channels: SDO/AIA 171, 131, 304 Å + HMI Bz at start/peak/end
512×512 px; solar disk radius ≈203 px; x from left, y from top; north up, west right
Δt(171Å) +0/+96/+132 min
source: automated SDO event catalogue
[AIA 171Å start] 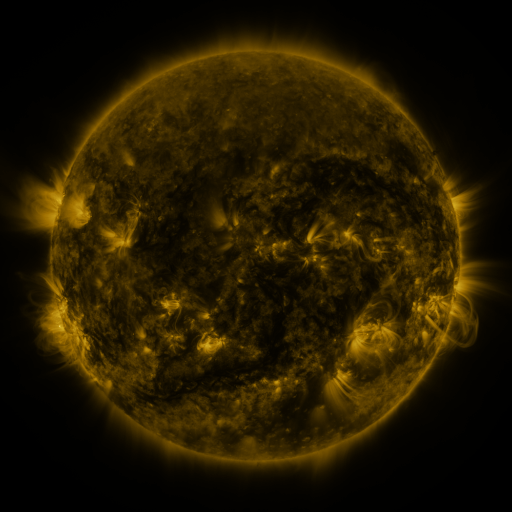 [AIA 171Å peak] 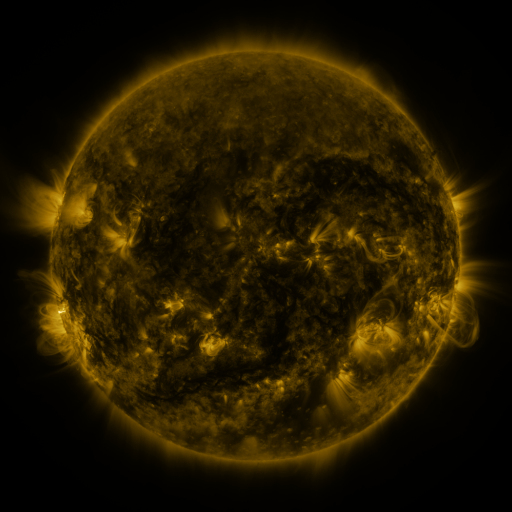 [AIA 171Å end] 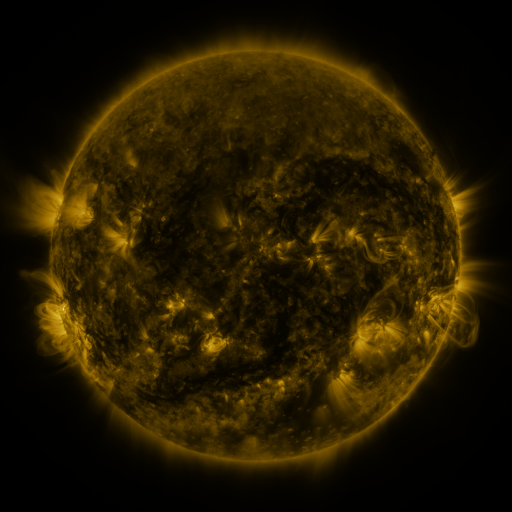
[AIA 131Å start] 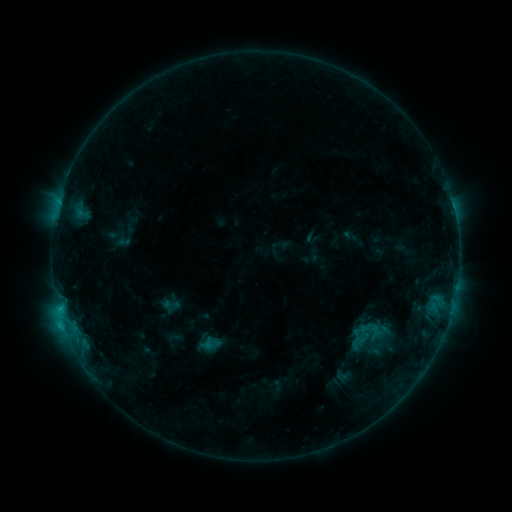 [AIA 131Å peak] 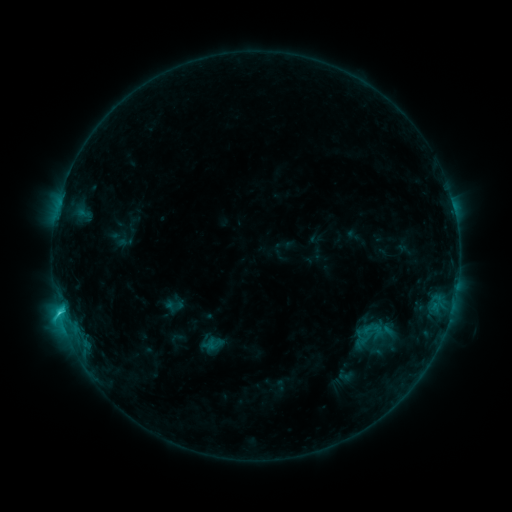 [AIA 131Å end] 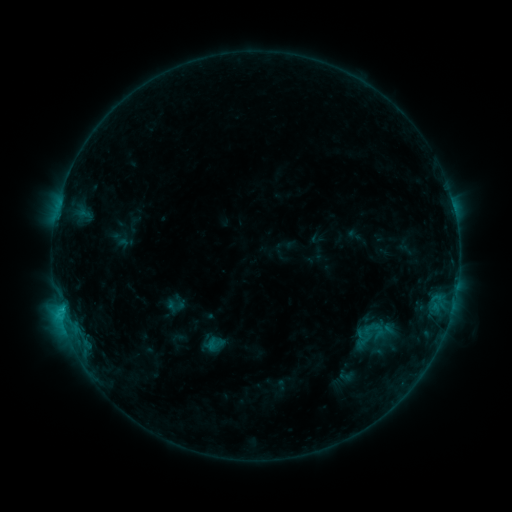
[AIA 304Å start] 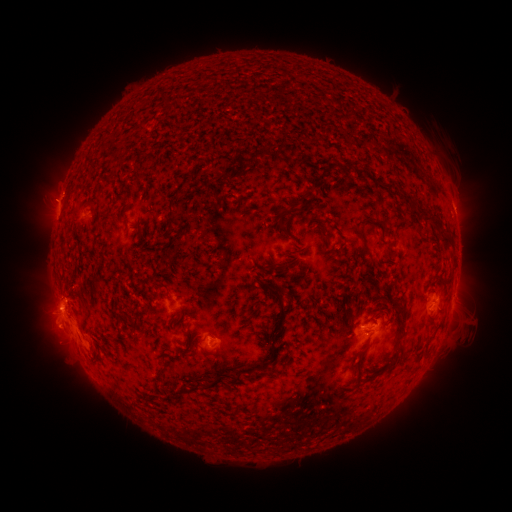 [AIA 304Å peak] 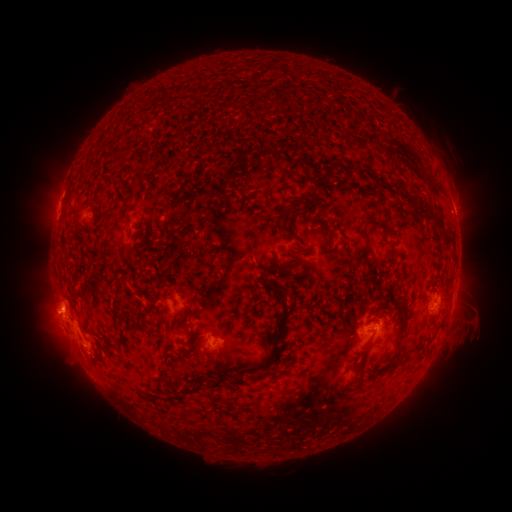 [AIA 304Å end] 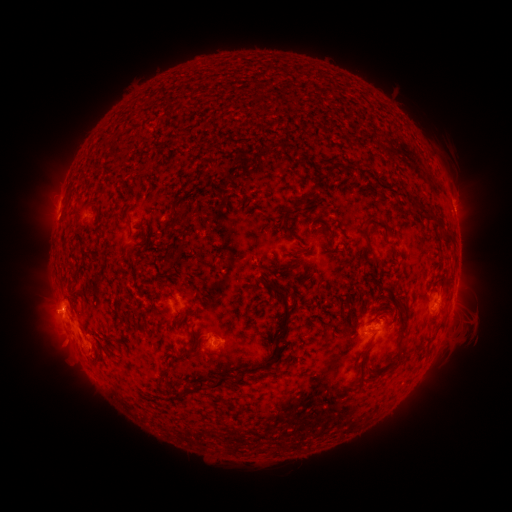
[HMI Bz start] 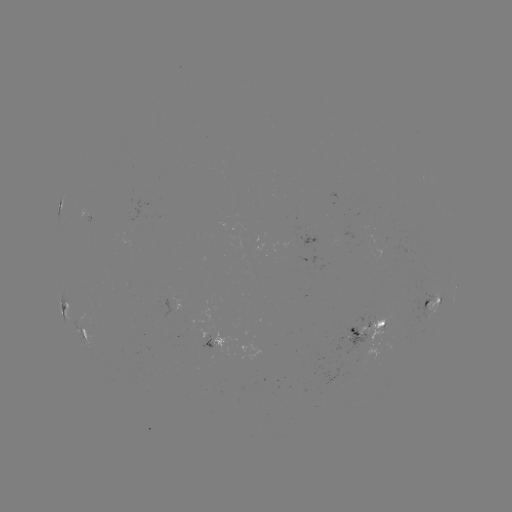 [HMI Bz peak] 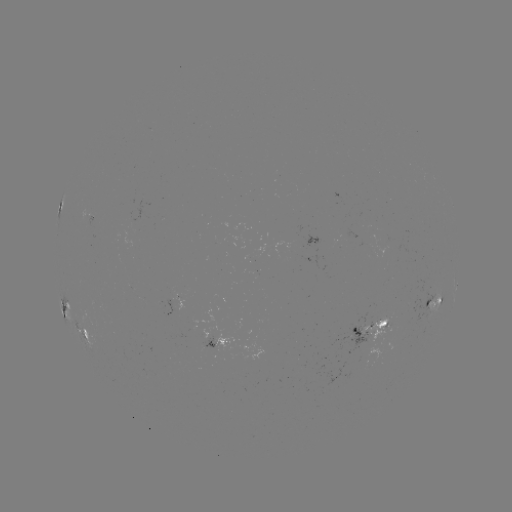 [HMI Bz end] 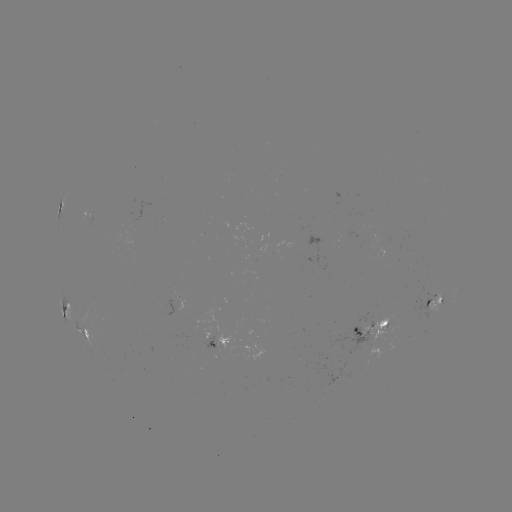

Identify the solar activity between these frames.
emerging-flux region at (214, 346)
